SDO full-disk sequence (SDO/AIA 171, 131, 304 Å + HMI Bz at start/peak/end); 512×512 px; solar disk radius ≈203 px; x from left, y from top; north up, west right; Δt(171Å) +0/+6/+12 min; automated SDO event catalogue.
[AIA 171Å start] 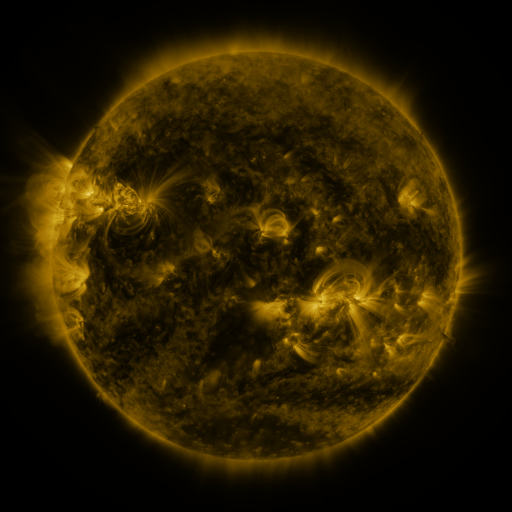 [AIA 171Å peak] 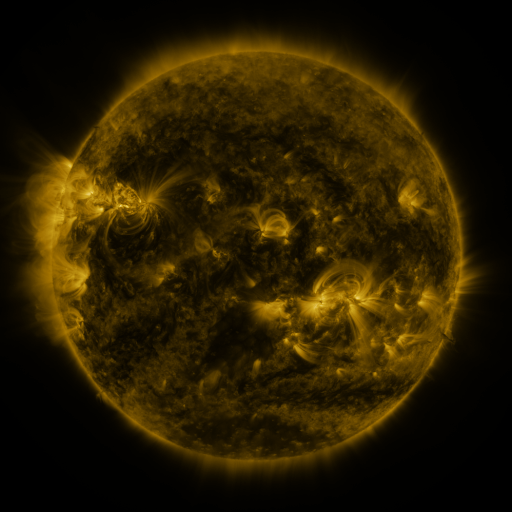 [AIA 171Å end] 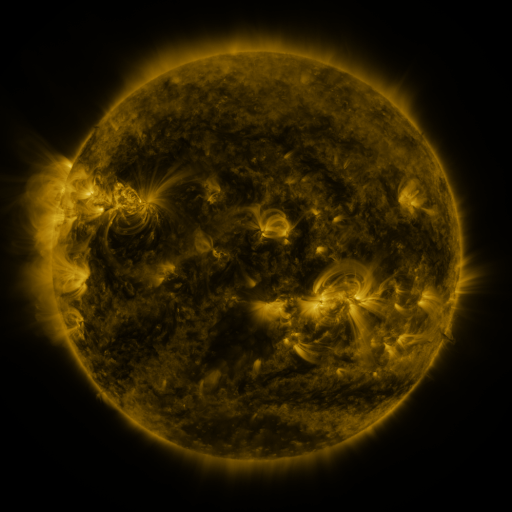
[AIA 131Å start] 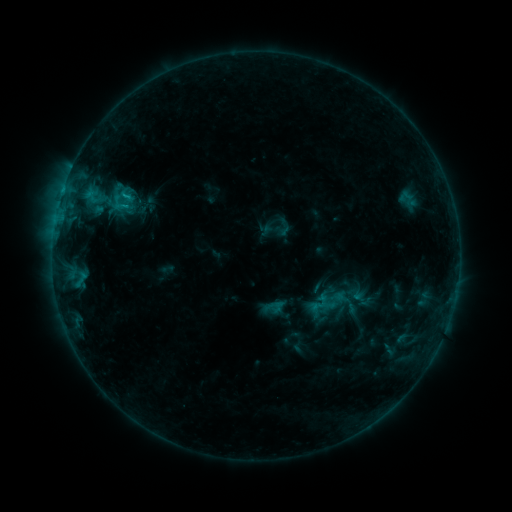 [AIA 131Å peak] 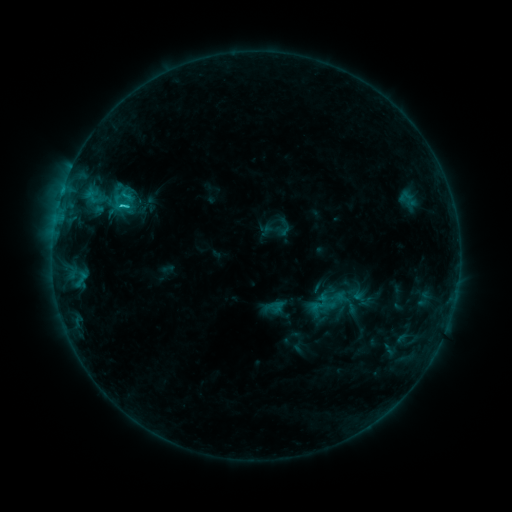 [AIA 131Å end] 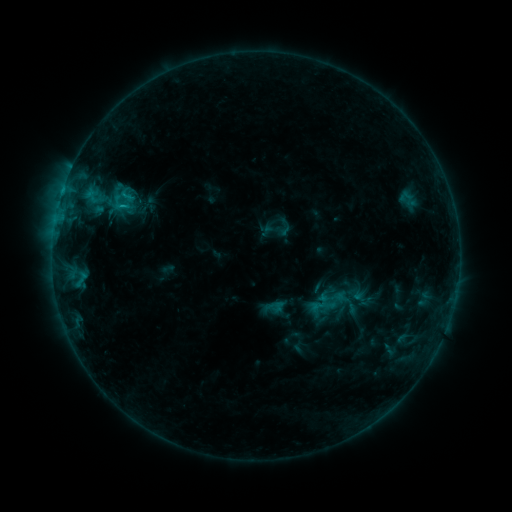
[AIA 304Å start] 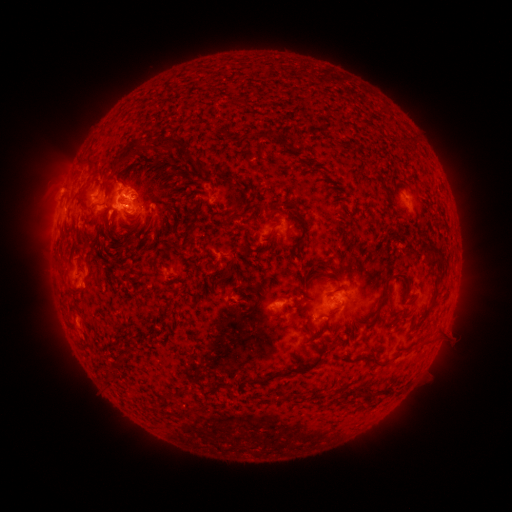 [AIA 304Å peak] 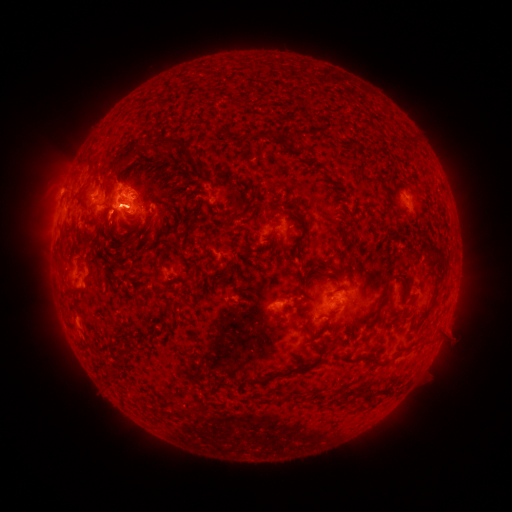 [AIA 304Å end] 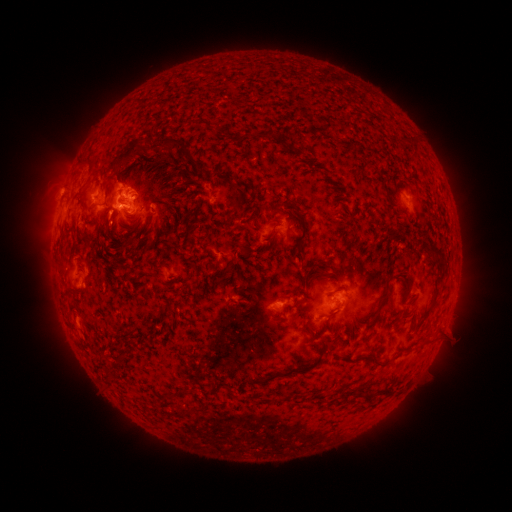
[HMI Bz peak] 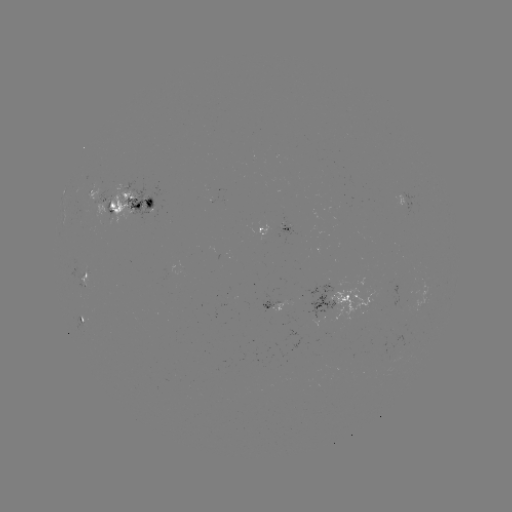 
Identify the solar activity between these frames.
C1.4 flare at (113, 215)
